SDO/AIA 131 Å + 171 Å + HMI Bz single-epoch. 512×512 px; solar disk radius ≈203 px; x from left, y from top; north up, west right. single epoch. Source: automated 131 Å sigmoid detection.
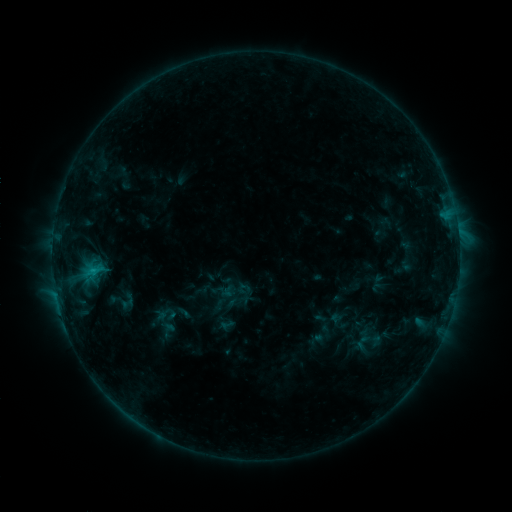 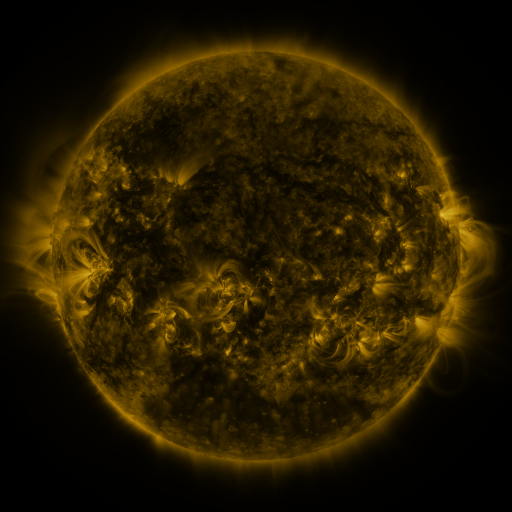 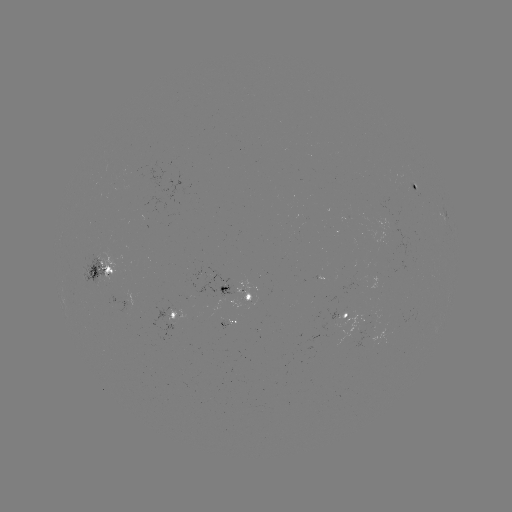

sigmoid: (115, 292, 140, 311)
